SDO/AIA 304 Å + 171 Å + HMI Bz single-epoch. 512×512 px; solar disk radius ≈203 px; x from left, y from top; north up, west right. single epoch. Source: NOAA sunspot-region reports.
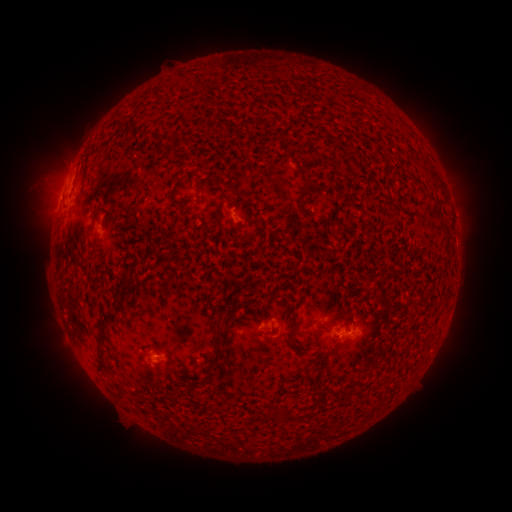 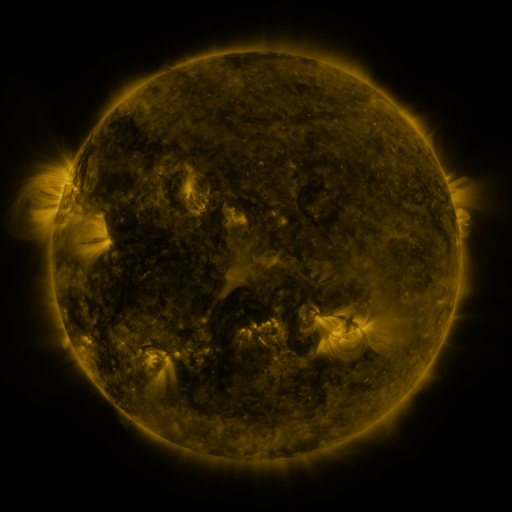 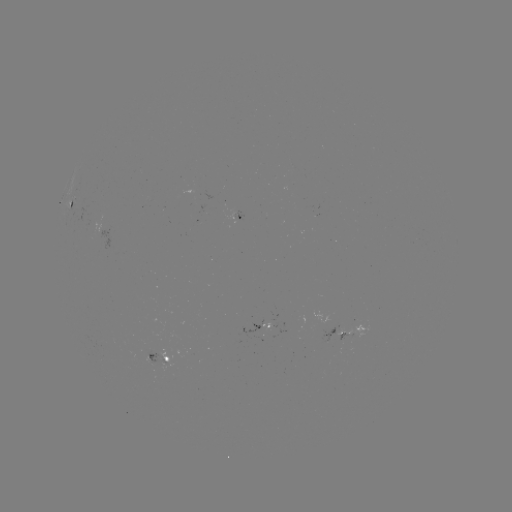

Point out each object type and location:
spotted active region: (73, 208)
spotted active region: (238, 227)
spotted active region: (347, 330)
spotted active region: (269, 332)
spotted active region: (159, 359)
